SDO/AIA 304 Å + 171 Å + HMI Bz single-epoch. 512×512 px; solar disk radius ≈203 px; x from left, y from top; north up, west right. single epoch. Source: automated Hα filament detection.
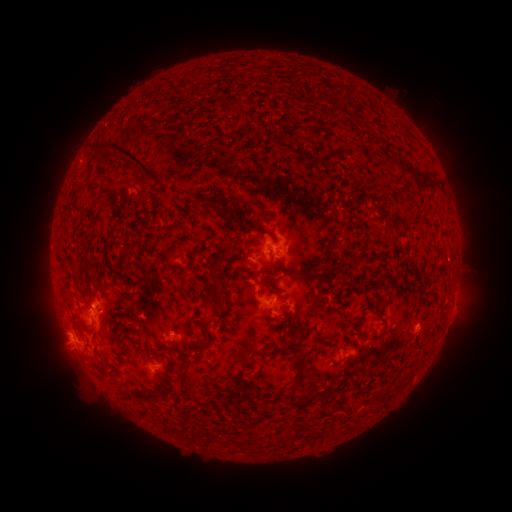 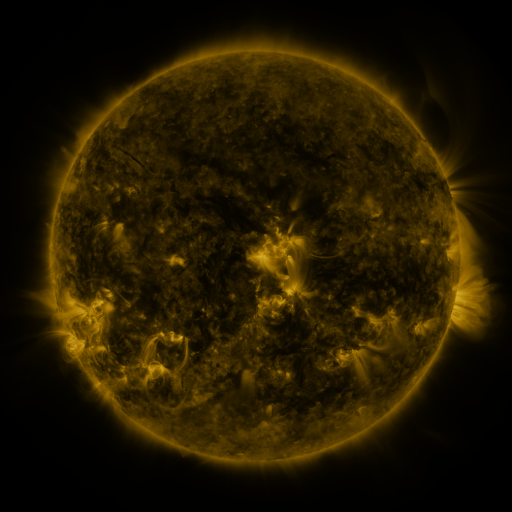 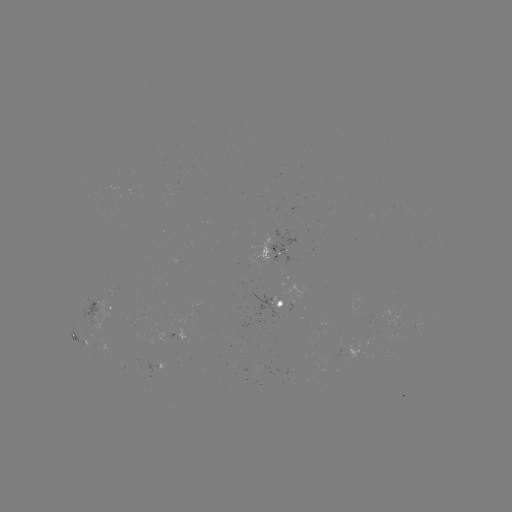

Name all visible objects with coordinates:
filament: (198, 92)
filament: (168, 93)
filament: (232, 105)
filament: (374, 153)
filament: (329, 154)
filament: (105, 158)
filament: (132, 160)
filament: (404, 168)
filament: (430, 183)
filament: (202, 203)
filament: (231, 225)
filament: (66, 226)
filament: (273, 237)
filament: (271, 250)
filament: (213, 262)
filament: (179, 268)
filament: (305, 274)
filament: (270, 287)
filament: (382, 311)
filament: (204, 323)
filament: (83, 327)
filament: (371, 336)
filament: (294, 339)
filament: (303, 348)
filament: (166, 349)
filament: (184, 359)
filament: (302, 366)
filament: (100, 370)
filament: (262, 371)
filament: (160, 376)
filament: (187, 385)
filament: (153, 397)
filament: (305, 403)
